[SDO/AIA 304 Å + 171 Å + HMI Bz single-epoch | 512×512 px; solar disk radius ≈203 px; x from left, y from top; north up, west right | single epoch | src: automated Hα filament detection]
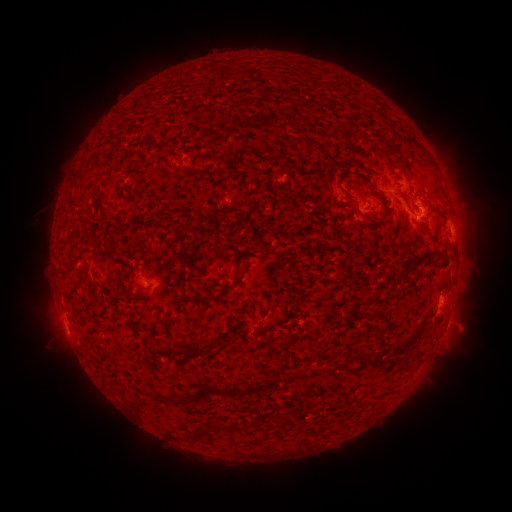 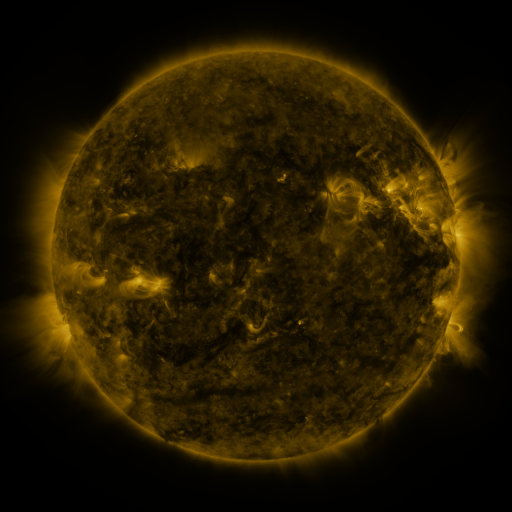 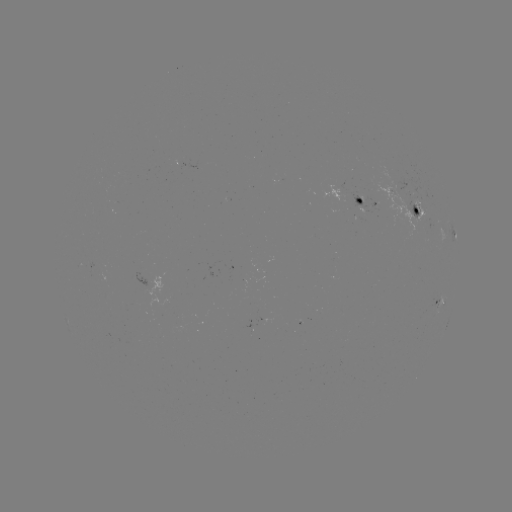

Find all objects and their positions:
filament: (168, 167)
filament: (359, 175)
filament: (76, 179)
filament: (100, 209)
filament: (170, 227)
filament: (243, 271)
filament: (231, 286)
filament: (204, 301)
filament: (169, 317)
filament: (368, 334)
filament: (99, 341)
filament: (190, 352)
filament: (310, 356)
filament: (281, 422)
filament: (224, 428)
filament: (200, 435)
